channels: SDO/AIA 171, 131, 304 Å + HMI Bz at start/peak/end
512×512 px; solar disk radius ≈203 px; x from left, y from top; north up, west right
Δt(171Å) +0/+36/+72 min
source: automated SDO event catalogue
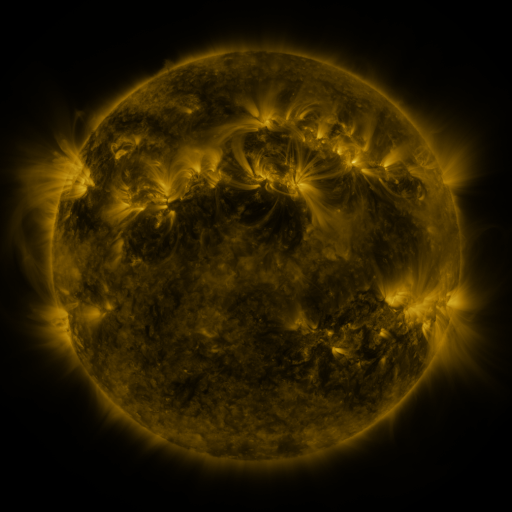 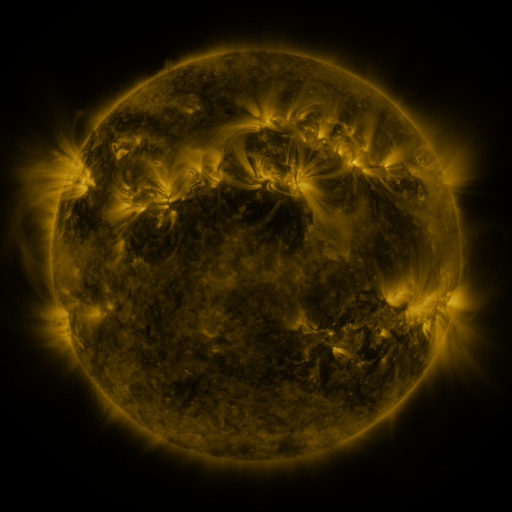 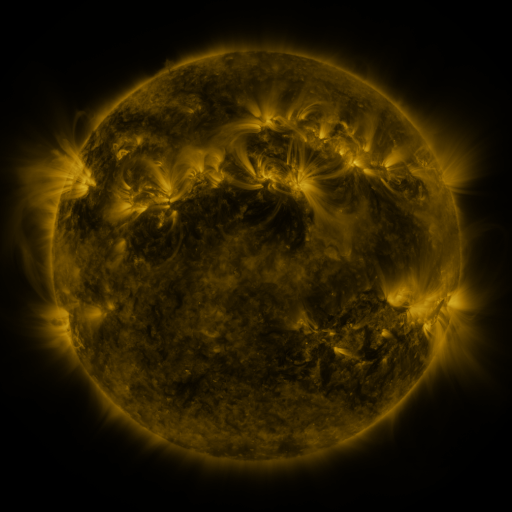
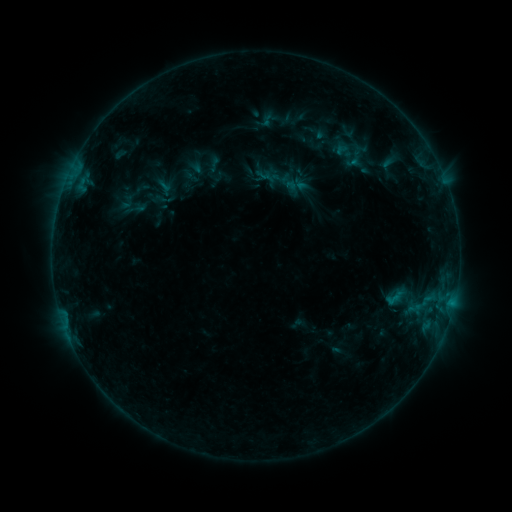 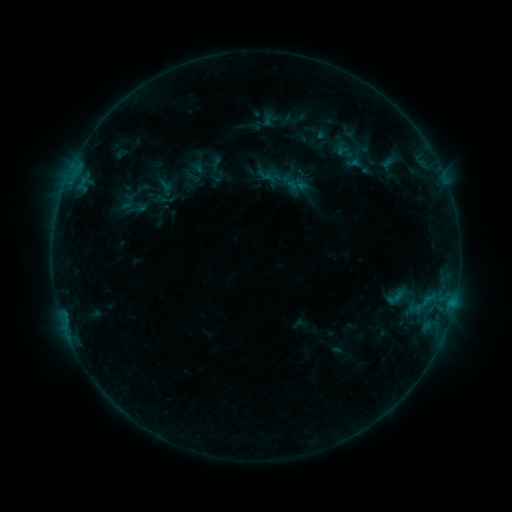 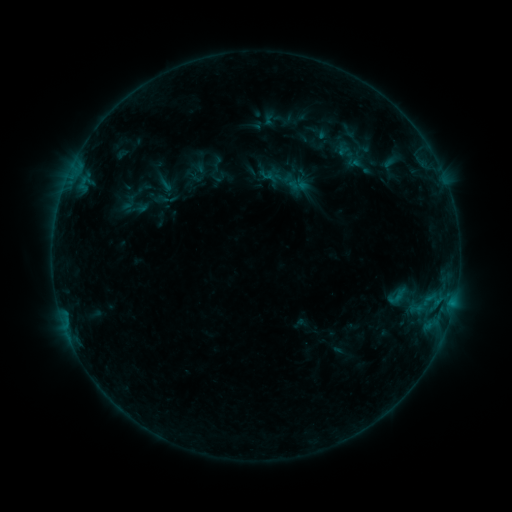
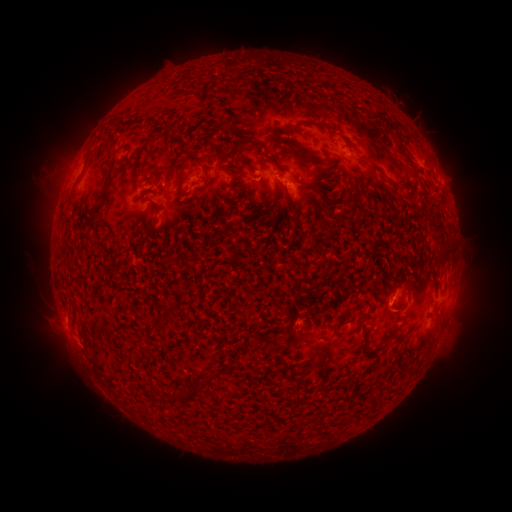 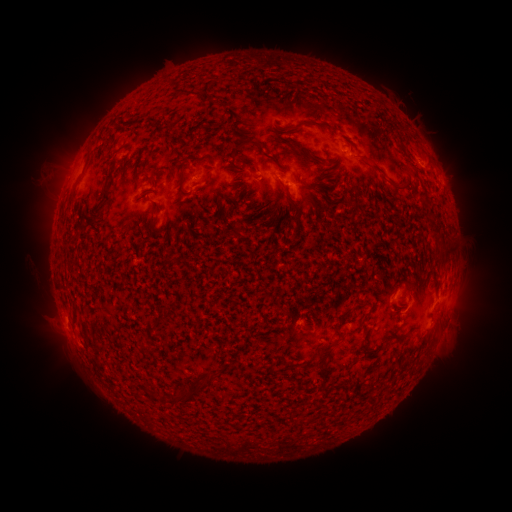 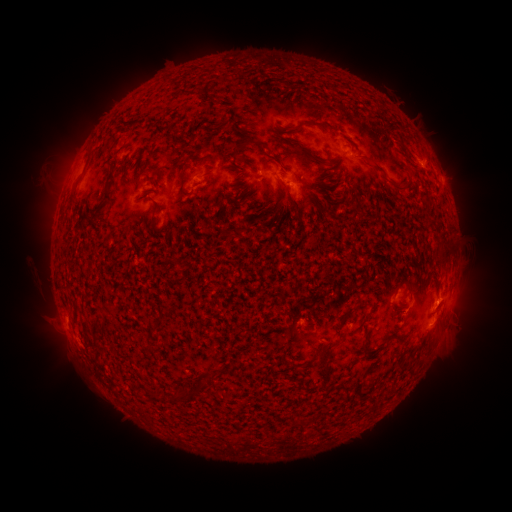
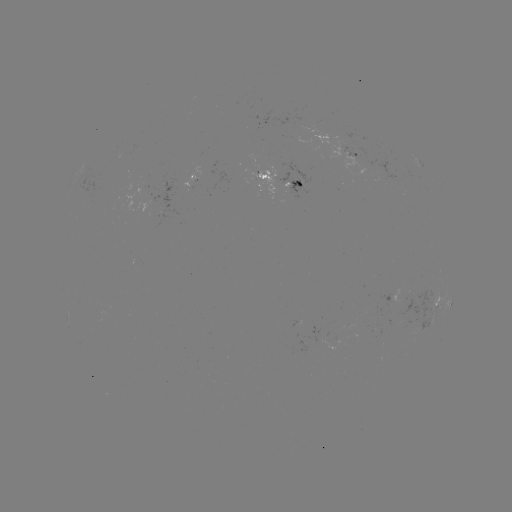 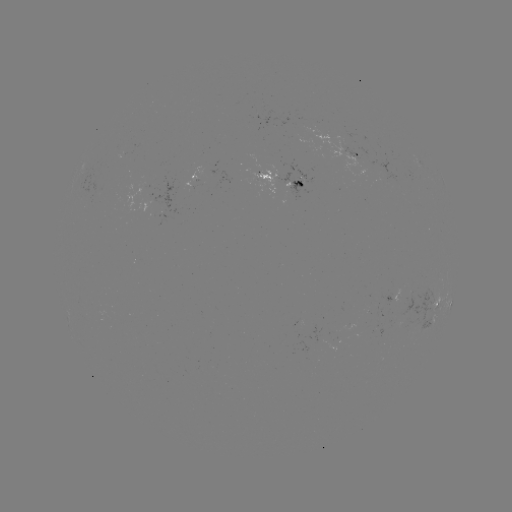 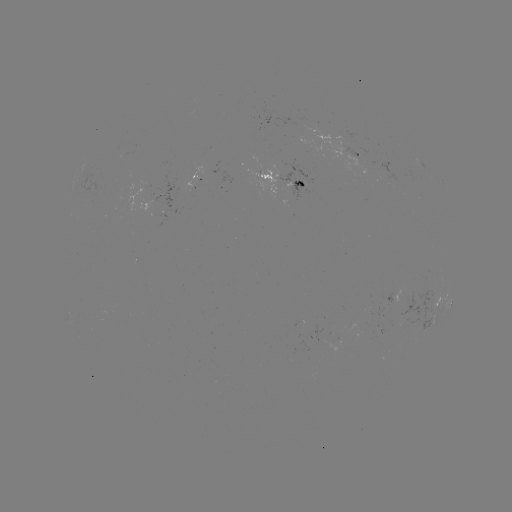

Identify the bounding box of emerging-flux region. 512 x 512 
[288, 179, 303, 201].